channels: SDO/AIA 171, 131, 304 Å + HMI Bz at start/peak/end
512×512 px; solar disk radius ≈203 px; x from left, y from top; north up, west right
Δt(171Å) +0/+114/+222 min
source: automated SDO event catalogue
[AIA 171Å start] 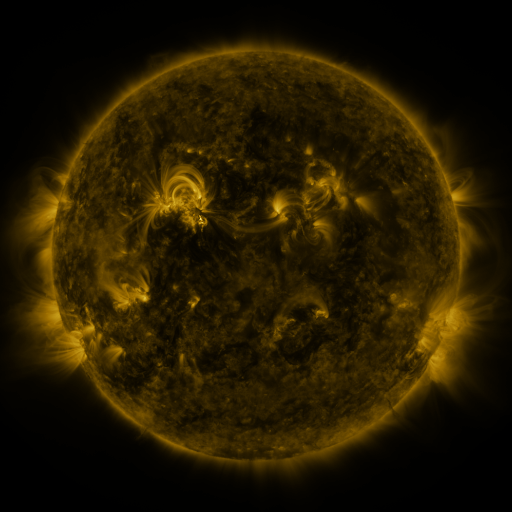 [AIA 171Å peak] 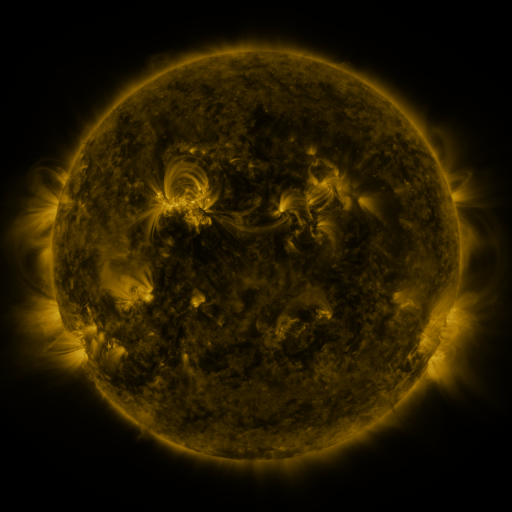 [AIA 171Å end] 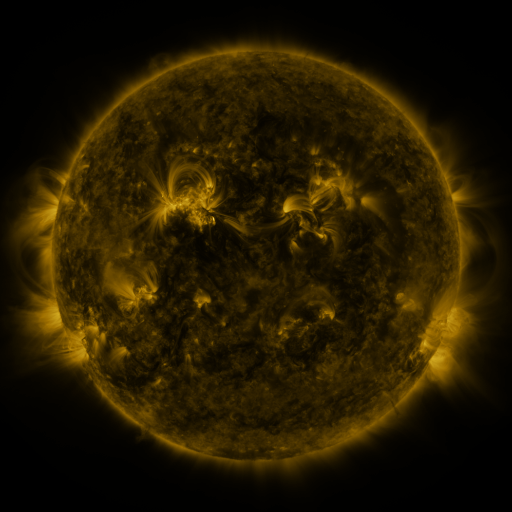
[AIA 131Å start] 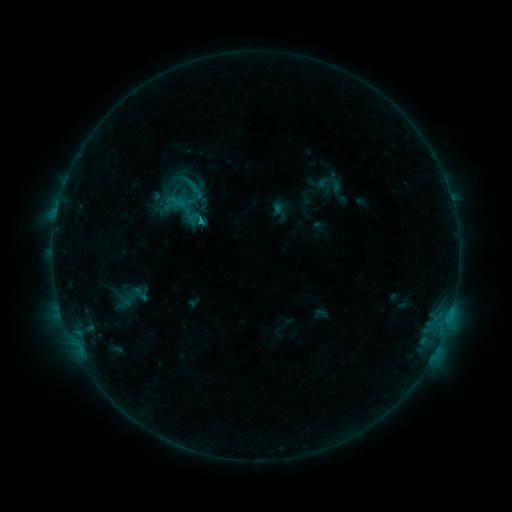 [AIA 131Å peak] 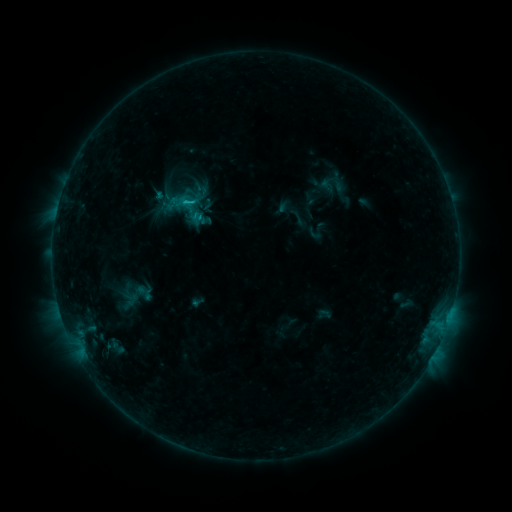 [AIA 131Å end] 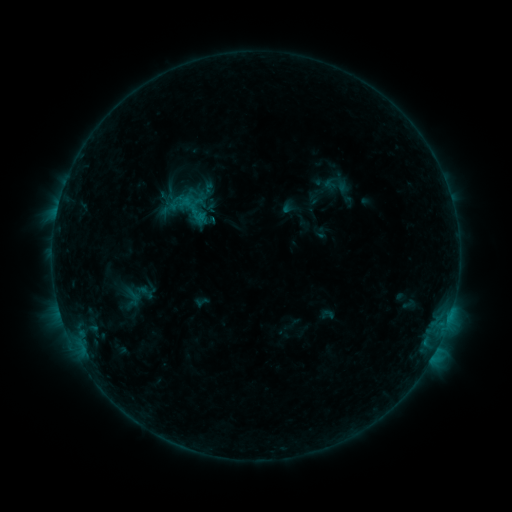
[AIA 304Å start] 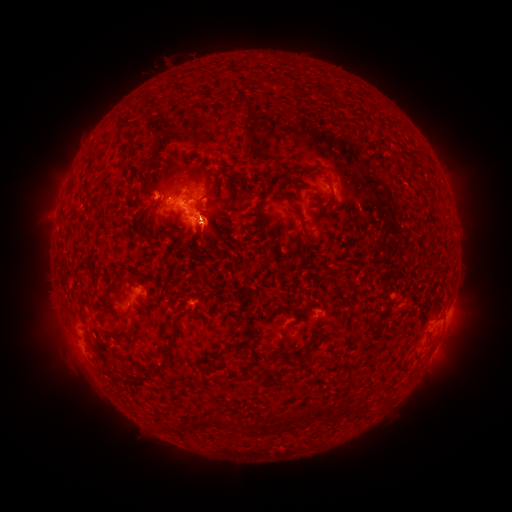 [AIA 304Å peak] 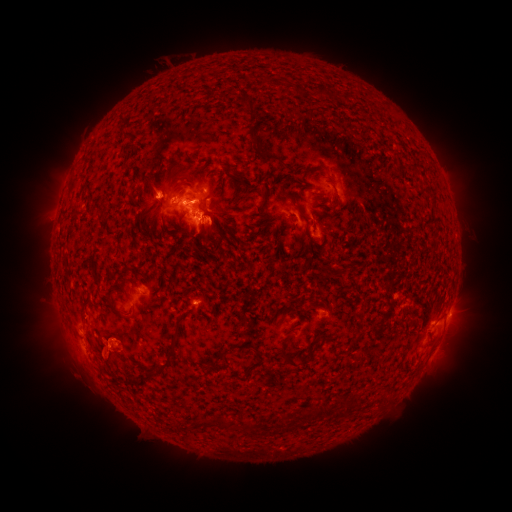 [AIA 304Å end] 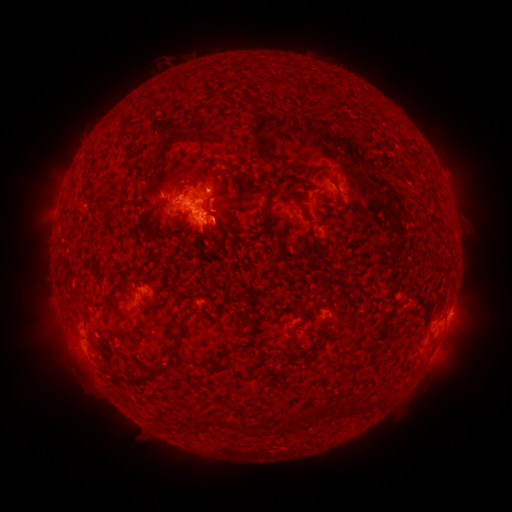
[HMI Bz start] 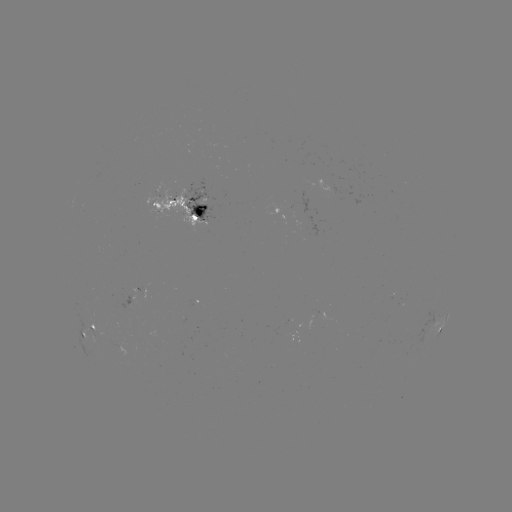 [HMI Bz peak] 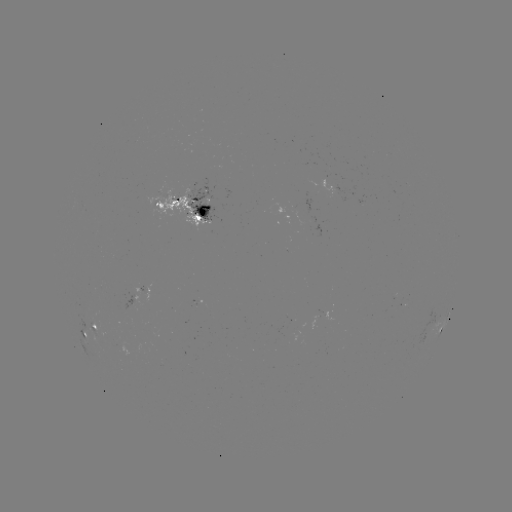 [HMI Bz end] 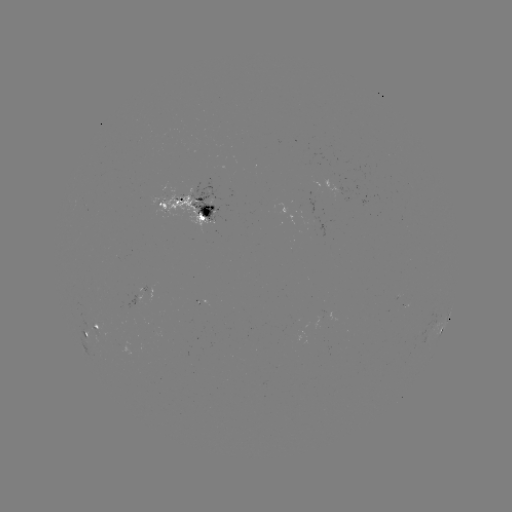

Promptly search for filament eruption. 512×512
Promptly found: (300, 224).